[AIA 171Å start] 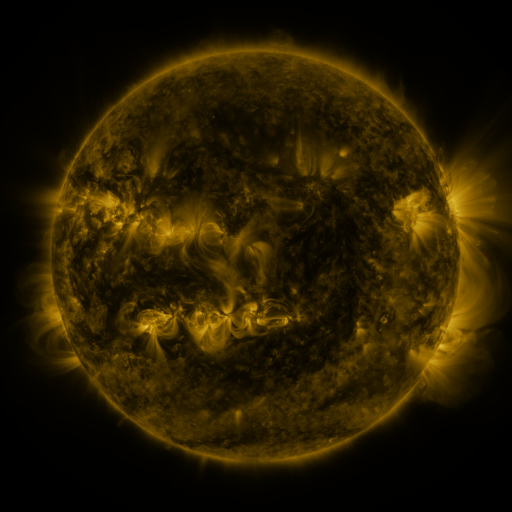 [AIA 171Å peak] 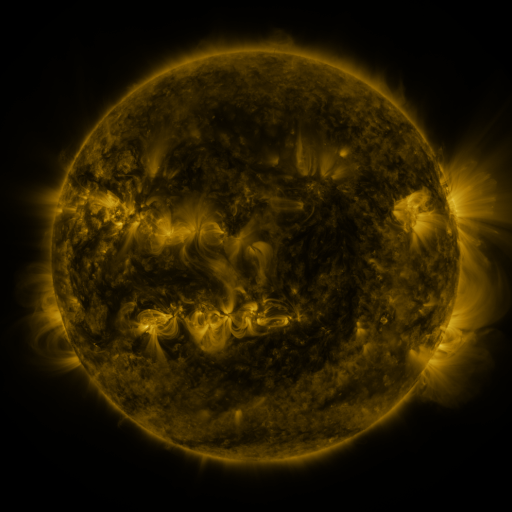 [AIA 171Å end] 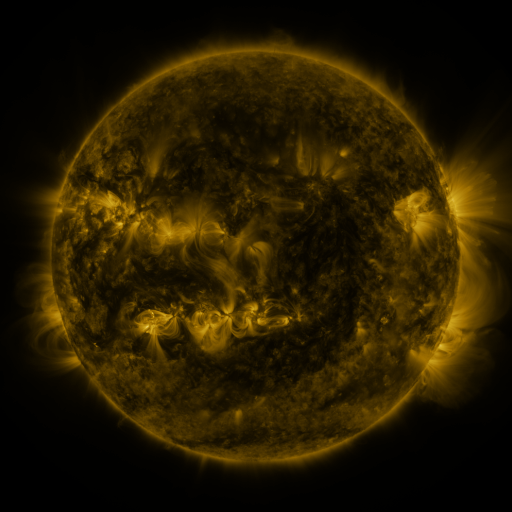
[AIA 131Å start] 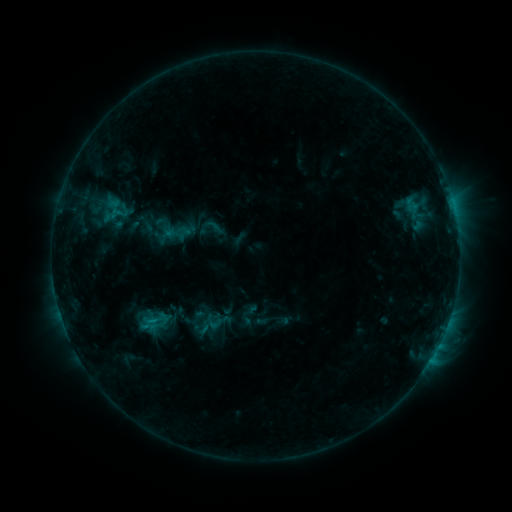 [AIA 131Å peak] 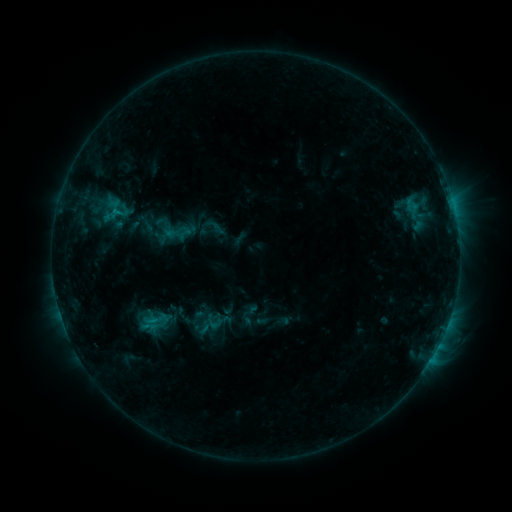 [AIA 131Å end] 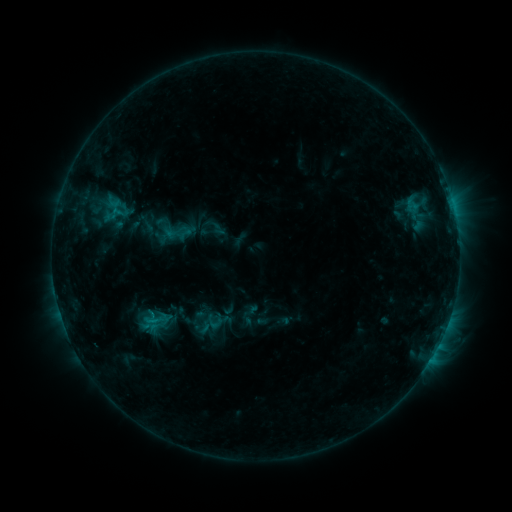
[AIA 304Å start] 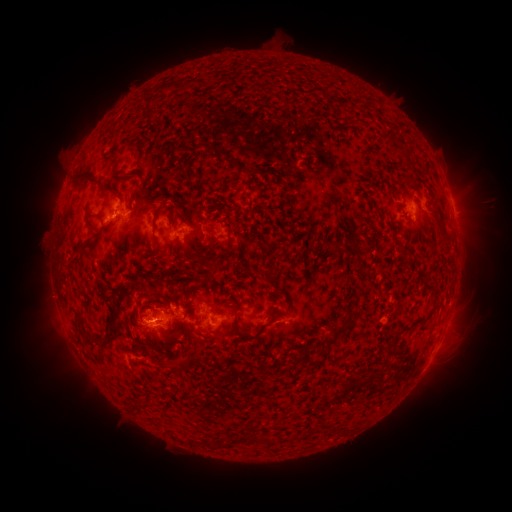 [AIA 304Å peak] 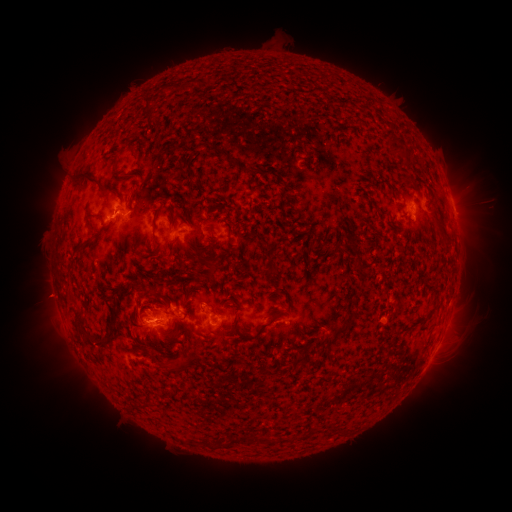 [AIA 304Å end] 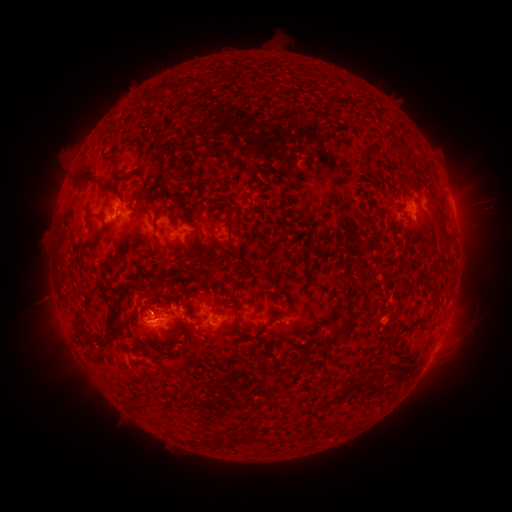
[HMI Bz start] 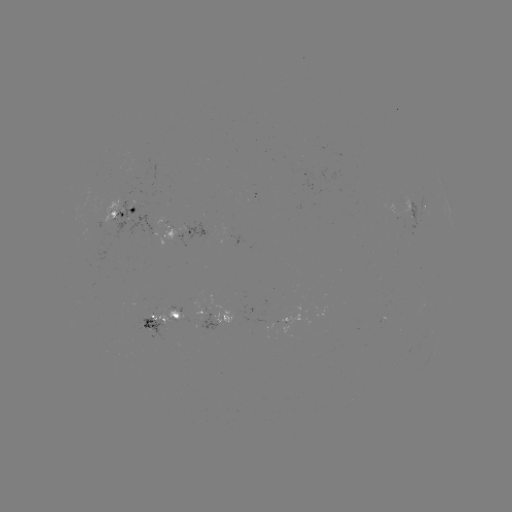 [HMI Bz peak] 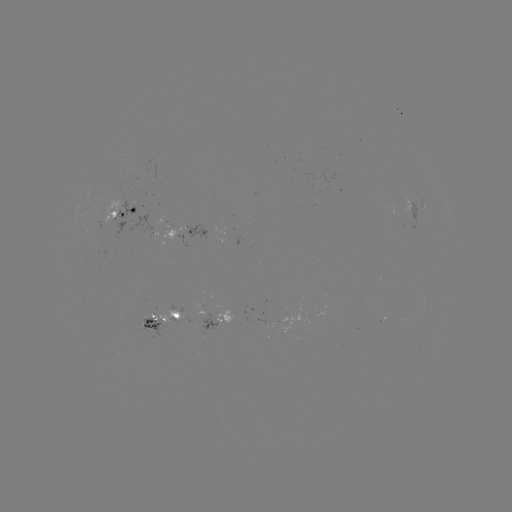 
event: eruption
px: (46, 298)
